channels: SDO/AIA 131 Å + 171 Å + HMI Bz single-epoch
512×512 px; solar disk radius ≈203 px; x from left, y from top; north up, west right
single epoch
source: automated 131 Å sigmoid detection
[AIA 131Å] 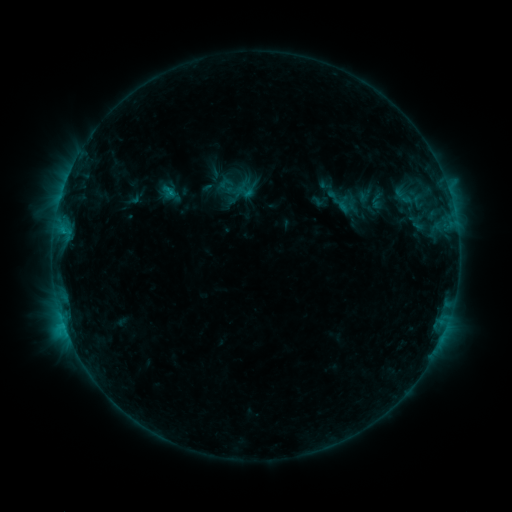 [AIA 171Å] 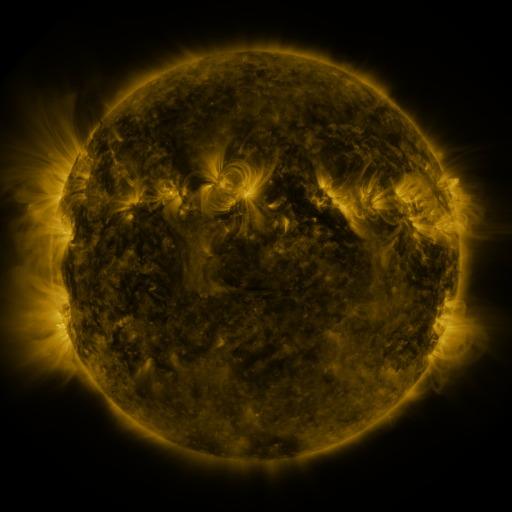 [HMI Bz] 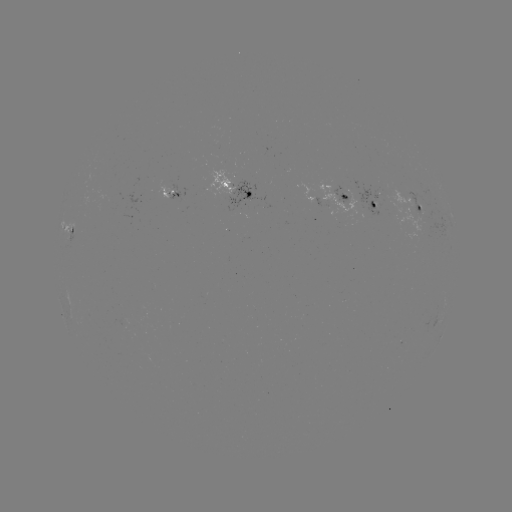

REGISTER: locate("sigmoid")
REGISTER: (245, 192)